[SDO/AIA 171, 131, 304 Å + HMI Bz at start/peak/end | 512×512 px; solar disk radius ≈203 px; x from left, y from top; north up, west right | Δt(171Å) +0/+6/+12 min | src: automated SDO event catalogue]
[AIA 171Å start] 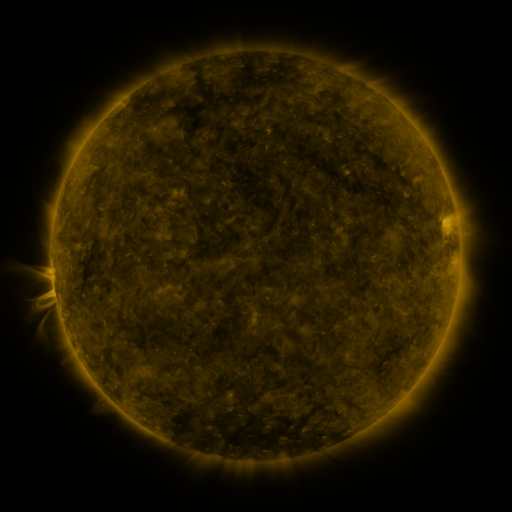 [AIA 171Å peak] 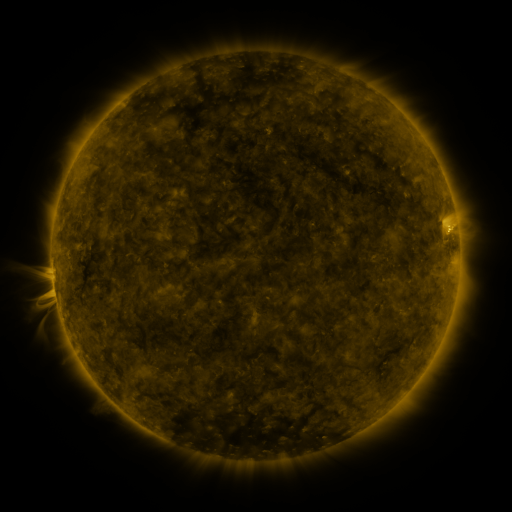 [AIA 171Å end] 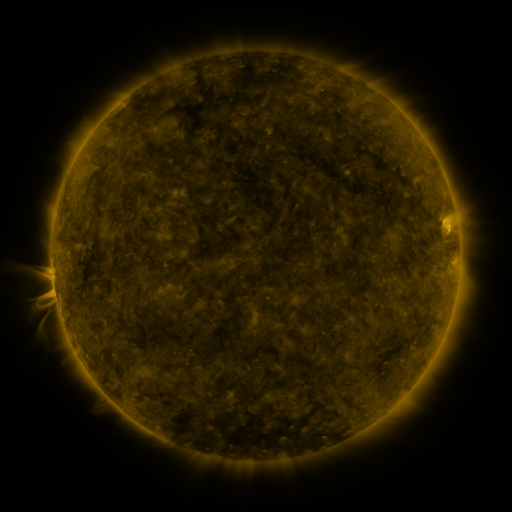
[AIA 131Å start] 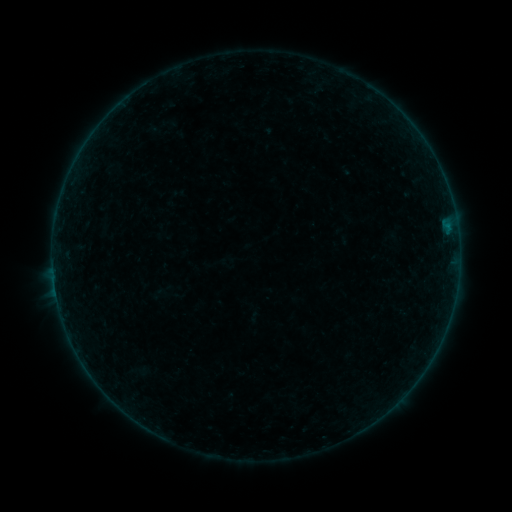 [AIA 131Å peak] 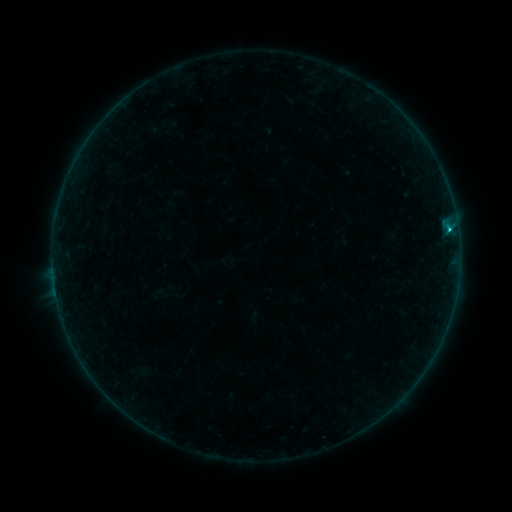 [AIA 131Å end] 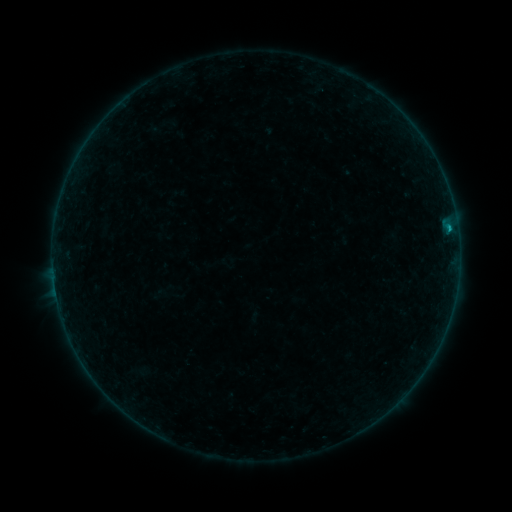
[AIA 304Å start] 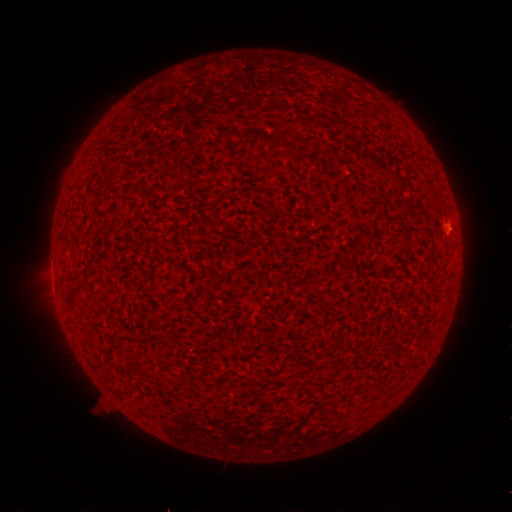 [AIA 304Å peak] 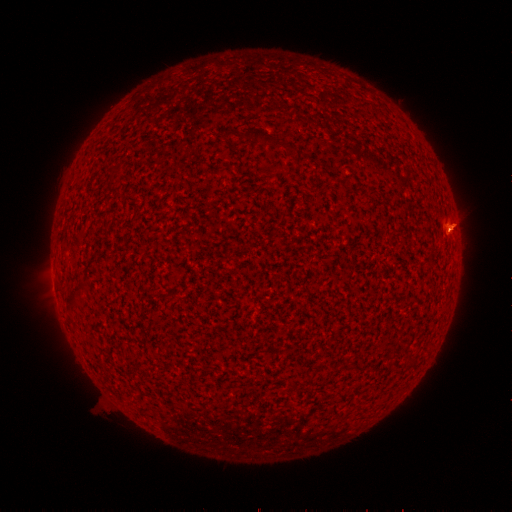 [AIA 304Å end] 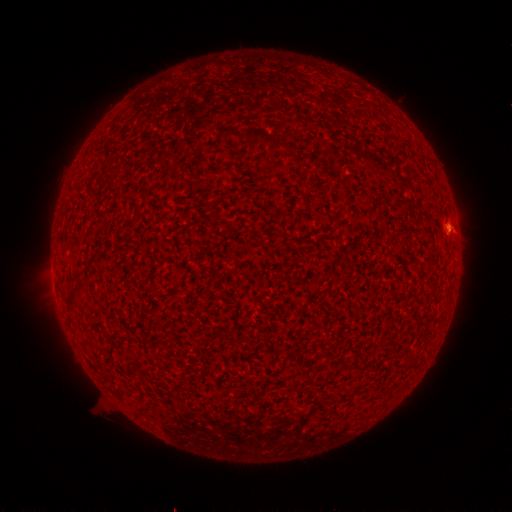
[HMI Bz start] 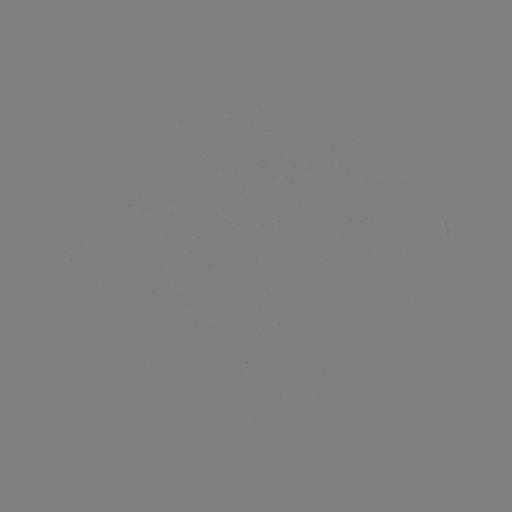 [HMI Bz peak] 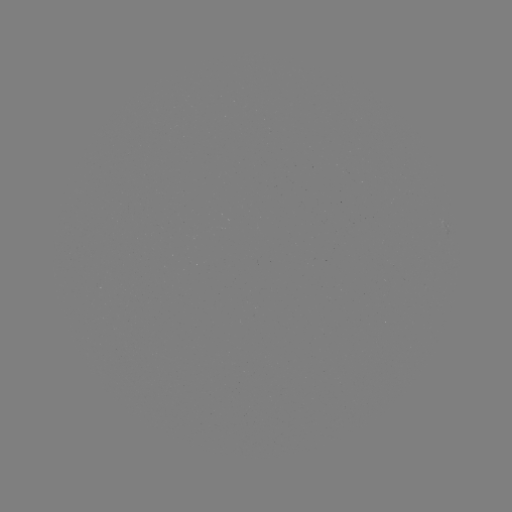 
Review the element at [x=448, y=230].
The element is B4.9 flare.